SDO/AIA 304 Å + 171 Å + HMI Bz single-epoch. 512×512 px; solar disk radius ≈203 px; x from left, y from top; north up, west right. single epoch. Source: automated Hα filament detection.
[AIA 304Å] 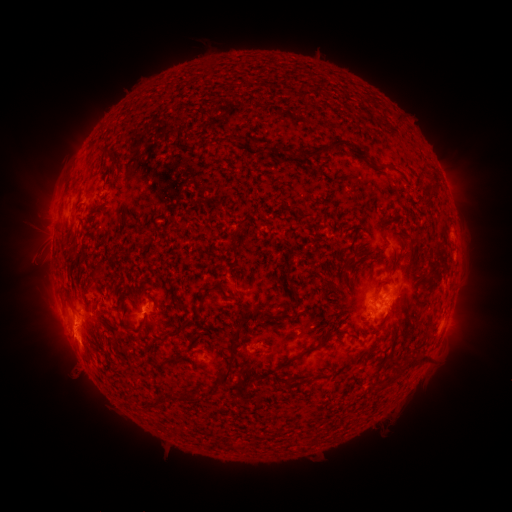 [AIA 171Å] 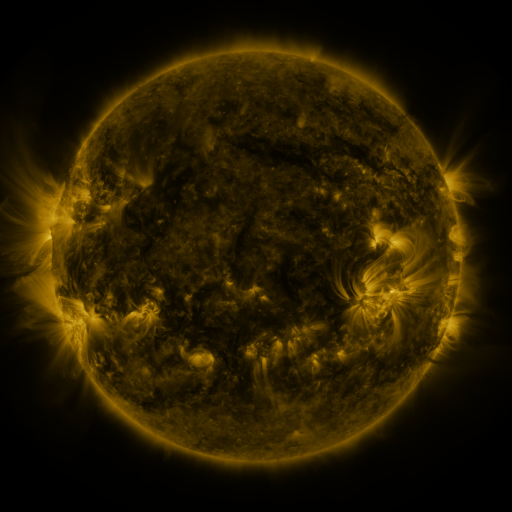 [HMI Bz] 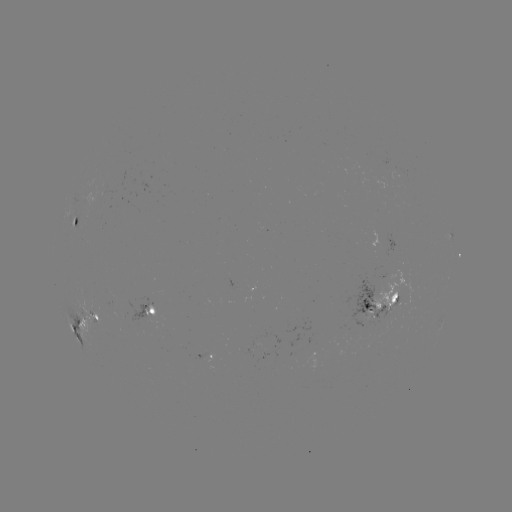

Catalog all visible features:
filament: <bbox>296, 80, 303, 92</bbox>
filament: <bbox>391, 115, 399, 126</bbox>
filament: <bbox>302, 137, 366, 162</bbox>
filament: <bbox>257, 145, 285, 154</bbox>
filament: <bbox>100, 152, 109, 160</bbox>
filament: <bbox>369, 162, 393, 171</bbox>
filament: <bbox>420, 167, 438, 206</bbox>
filament: <bbox>68, 182, 77, 195</bbox>
filament: <bbox>231, 229, 239, 248</bbox>
filament: <bbox>342, 257, 354, 268</bbox>
filament: <bbox>82, 262, 104, 299</bbox>
filament: <bbox>284, 268, 294, 283</bbox>
filament: <bbox>209, 281, 230, 301</bbox>
filament: <bbox>289, 285, 300, 301</bbox>
filament: <bbox>370, 286, 381, 298</bbox>
filament: <bbox>175, 299, 185, 312</bbox>
filament: <bbox>255, 306, 285, 320</bbox>
filament: <bbox>121, 315, 149, 333</bbox>
filament: <bbox>163, 319, 188, 343</bbox>
filament: <bbox>277, 326, 332, 370</bbox>
filament: <bbox>218, 329, 241, 385</bbox>
filament: <bbox>92, 347, 104, 355</bbox>
filament: <bbox>404, 351, 427, 368</bbox>
filament: <bbox>166, 355, 183, 365</bbox>
filament: <bbox>387, 368, 398, 380</bbox>
filament: <bbox>314, 369, 329, 378</bbox>
filament: <bbox>289, 373, 300, 384</bbox>
filament: <bbox>151, 390, 181, 408</bbox>
filament: <bbox>185, 390, 212, 403</bbox>
